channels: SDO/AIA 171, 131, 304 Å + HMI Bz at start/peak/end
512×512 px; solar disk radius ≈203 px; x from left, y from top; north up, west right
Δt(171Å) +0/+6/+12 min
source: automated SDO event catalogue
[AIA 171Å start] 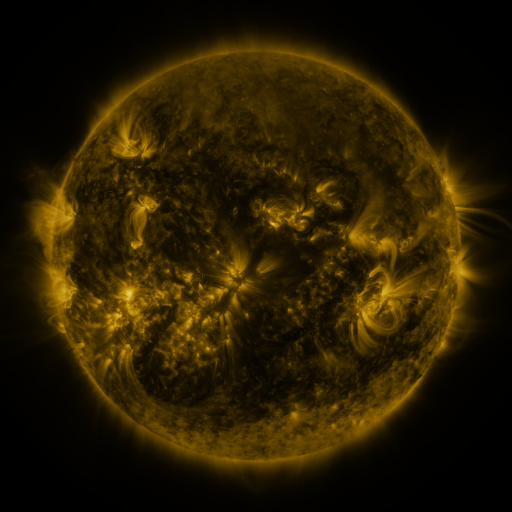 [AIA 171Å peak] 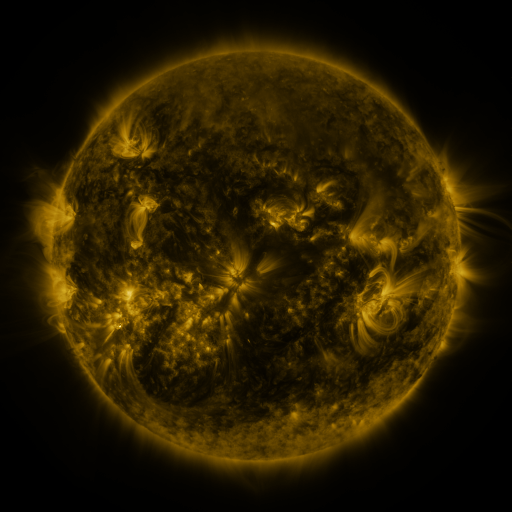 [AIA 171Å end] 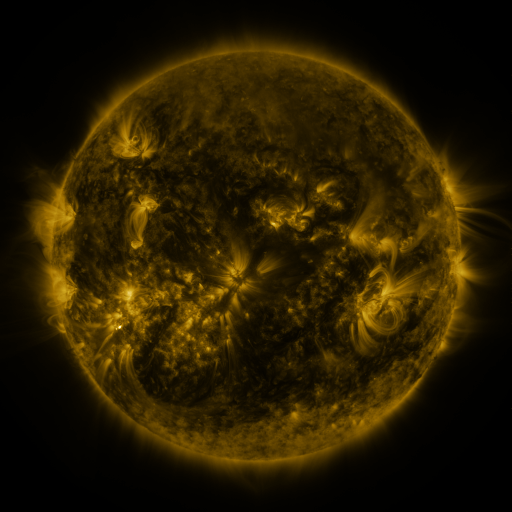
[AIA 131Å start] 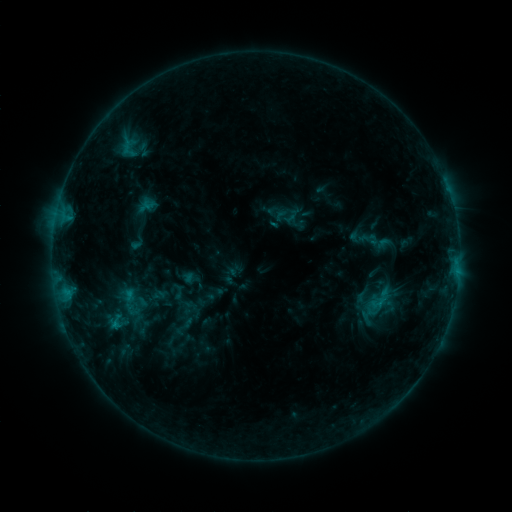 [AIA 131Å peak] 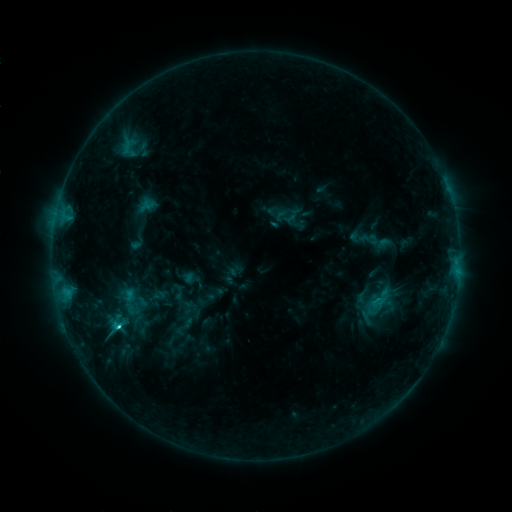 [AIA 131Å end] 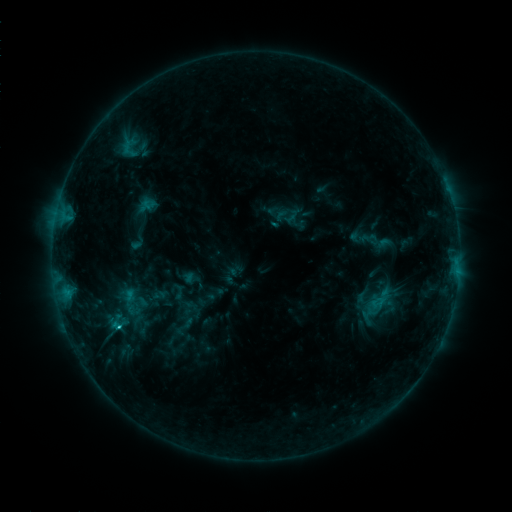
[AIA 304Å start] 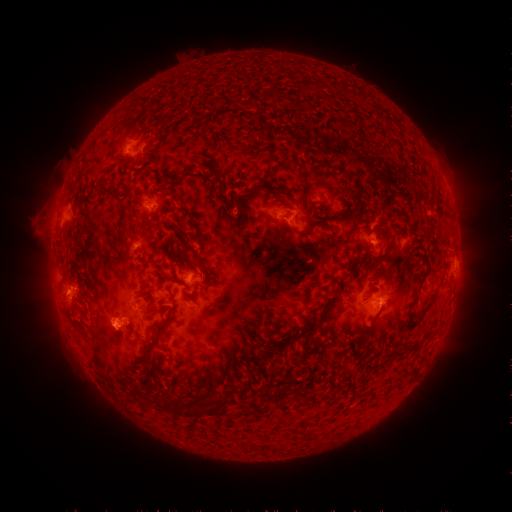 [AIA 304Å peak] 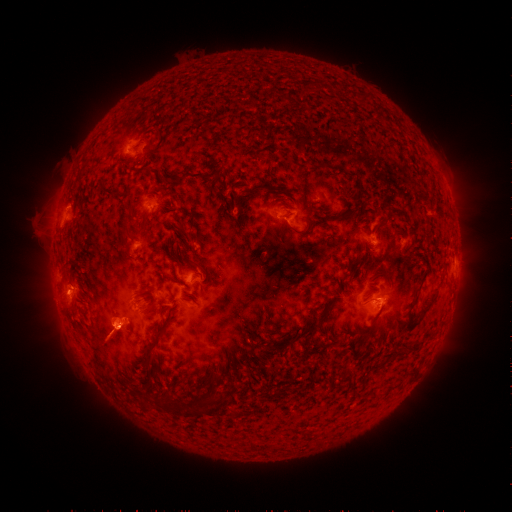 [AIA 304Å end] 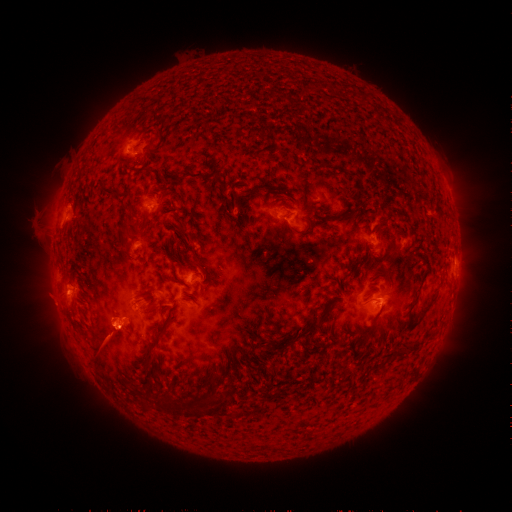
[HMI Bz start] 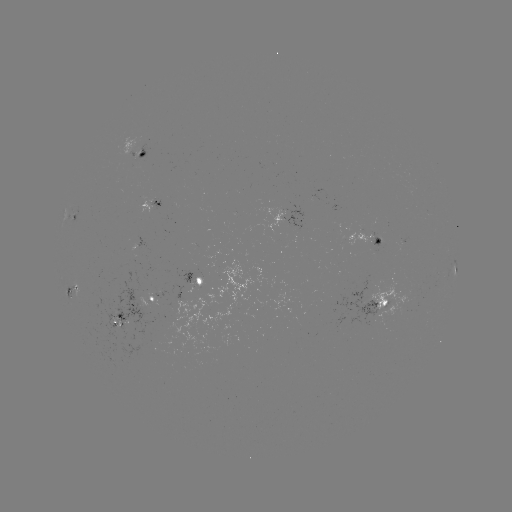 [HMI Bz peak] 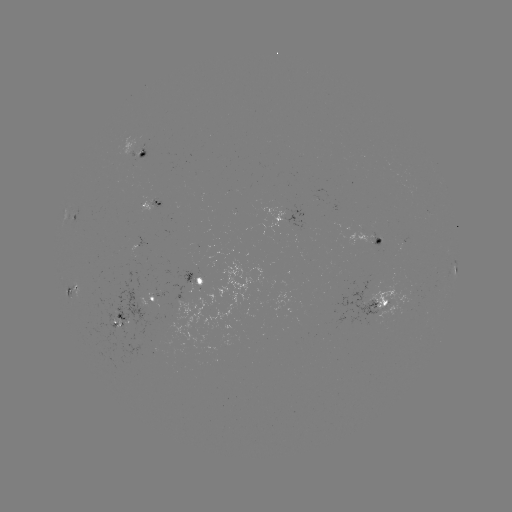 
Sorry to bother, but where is C1.9 flare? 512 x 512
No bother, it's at [119, 327].